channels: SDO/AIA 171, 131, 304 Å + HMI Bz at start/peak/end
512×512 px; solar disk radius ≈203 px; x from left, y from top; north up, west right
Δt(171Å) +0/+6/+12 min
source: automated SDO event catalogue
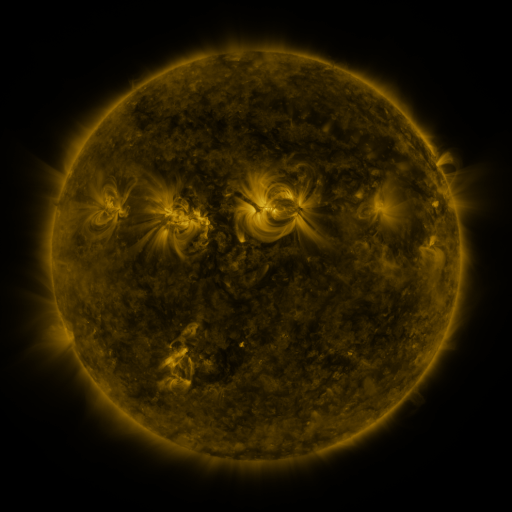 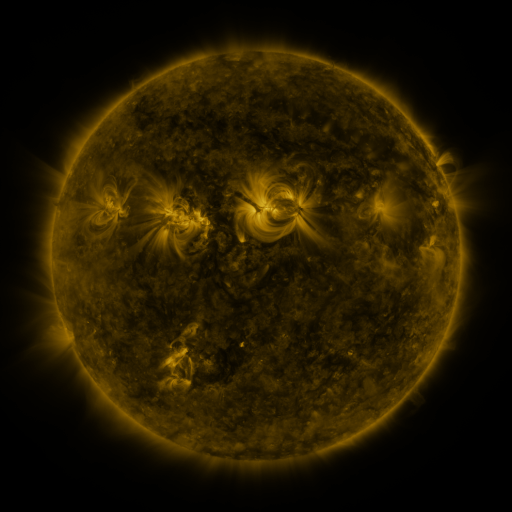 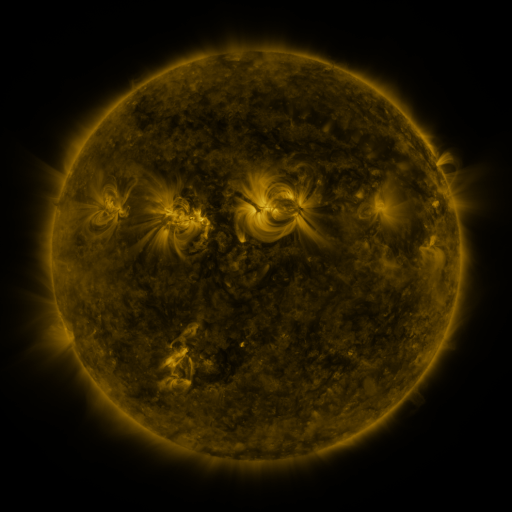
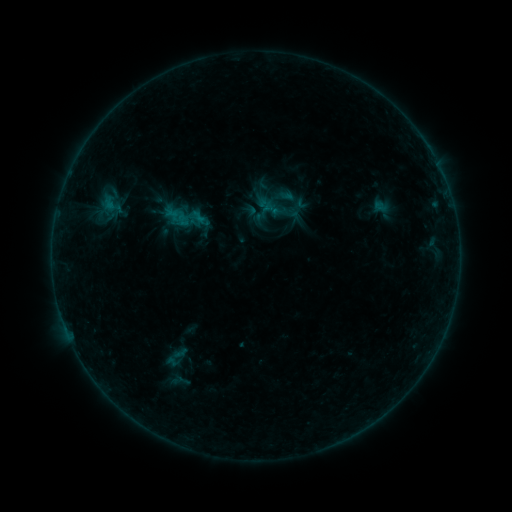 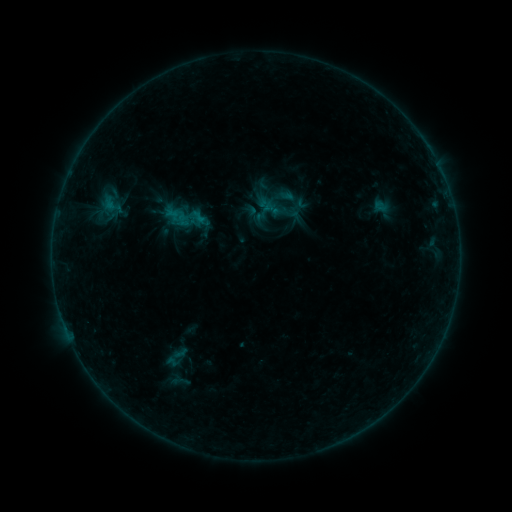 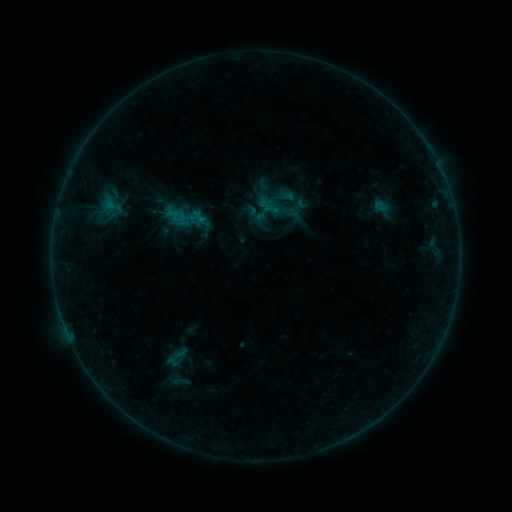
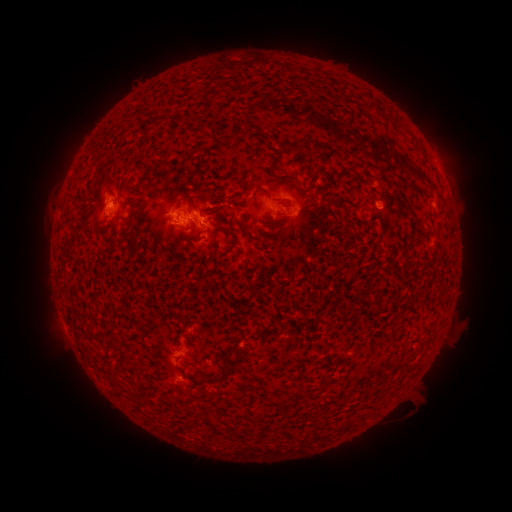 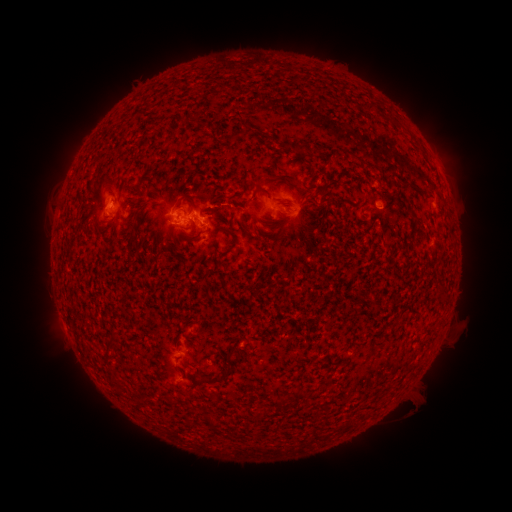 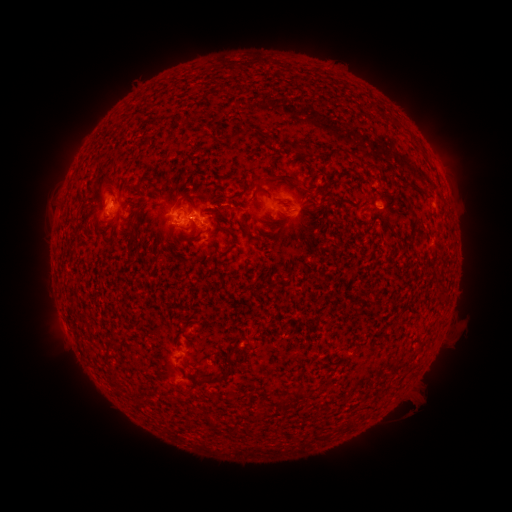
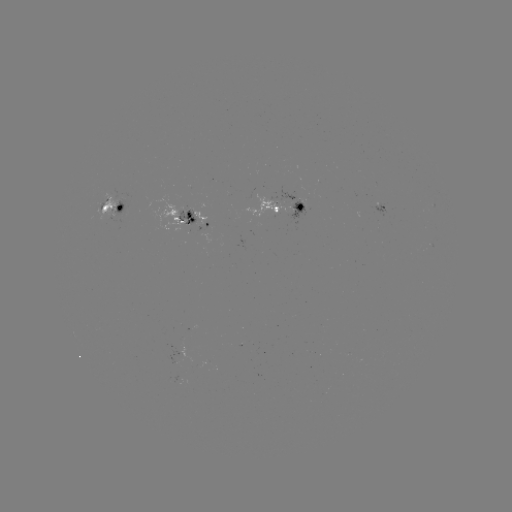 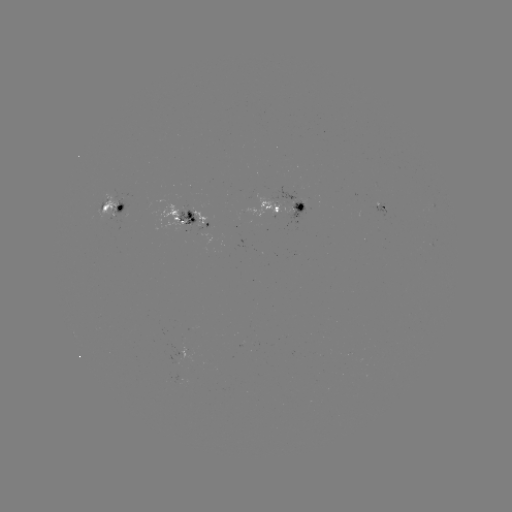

nothing was catalogued: no classed flare, no EUV trigger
